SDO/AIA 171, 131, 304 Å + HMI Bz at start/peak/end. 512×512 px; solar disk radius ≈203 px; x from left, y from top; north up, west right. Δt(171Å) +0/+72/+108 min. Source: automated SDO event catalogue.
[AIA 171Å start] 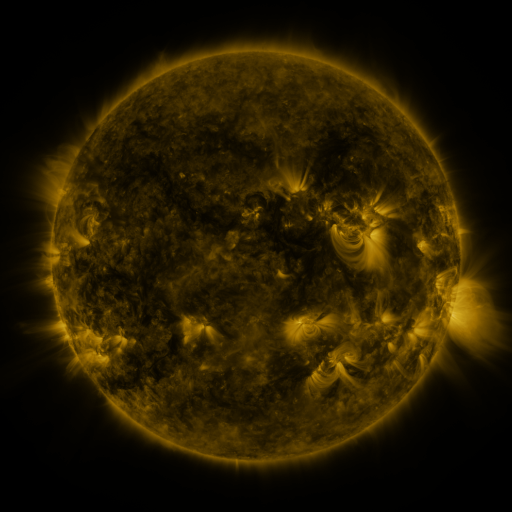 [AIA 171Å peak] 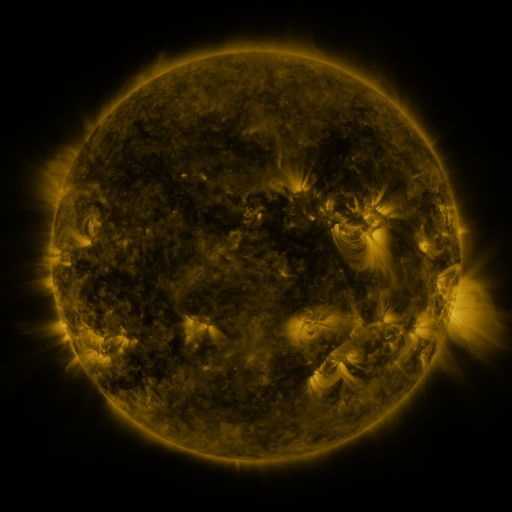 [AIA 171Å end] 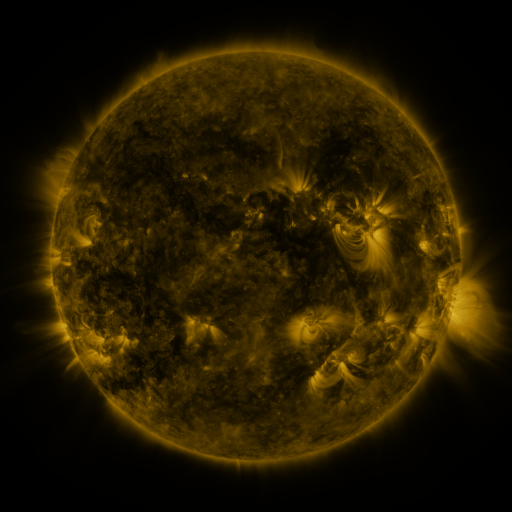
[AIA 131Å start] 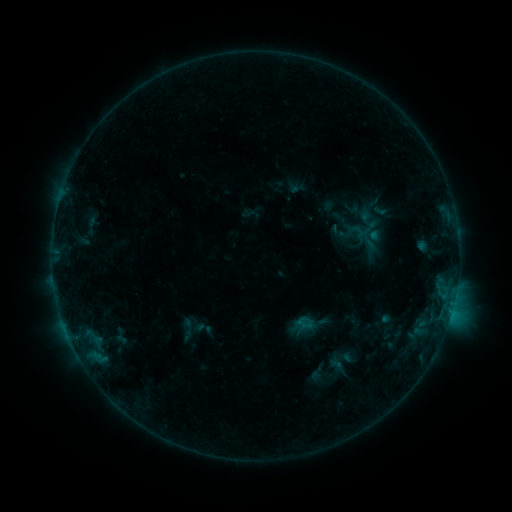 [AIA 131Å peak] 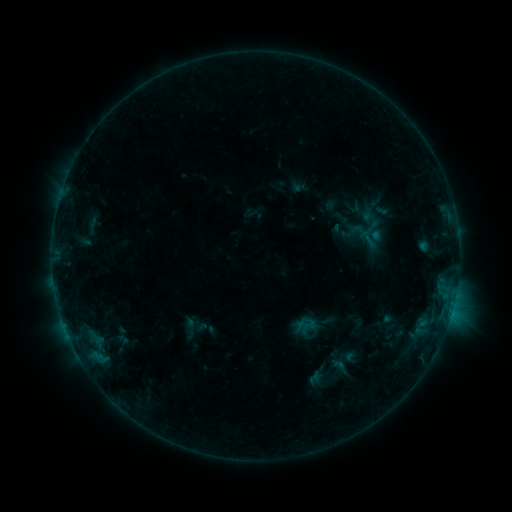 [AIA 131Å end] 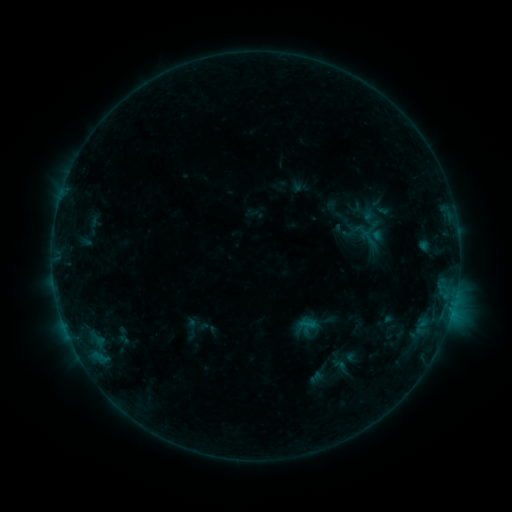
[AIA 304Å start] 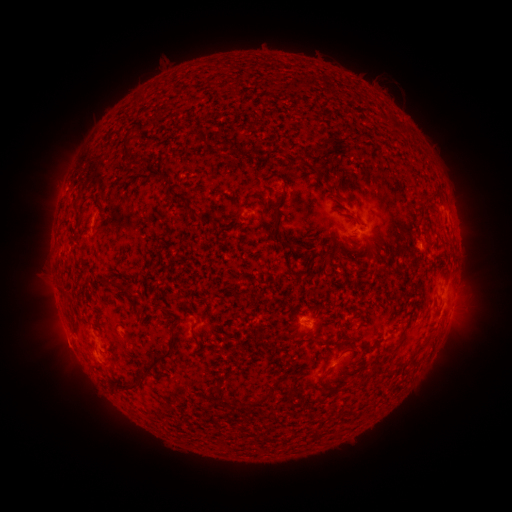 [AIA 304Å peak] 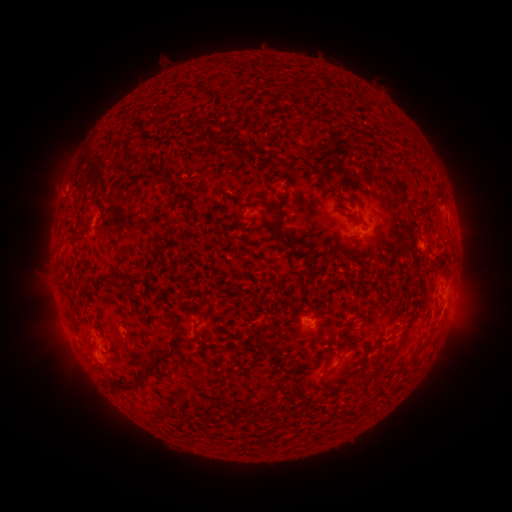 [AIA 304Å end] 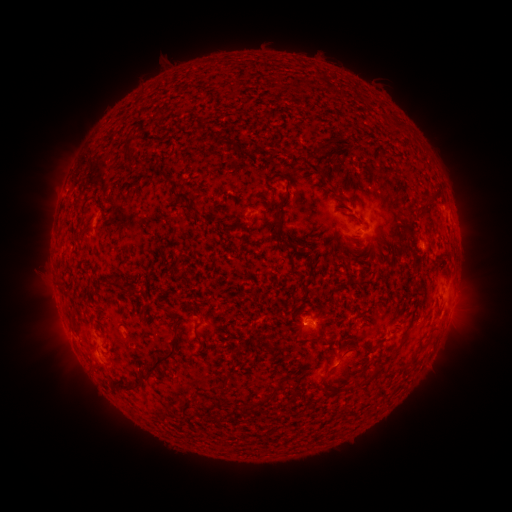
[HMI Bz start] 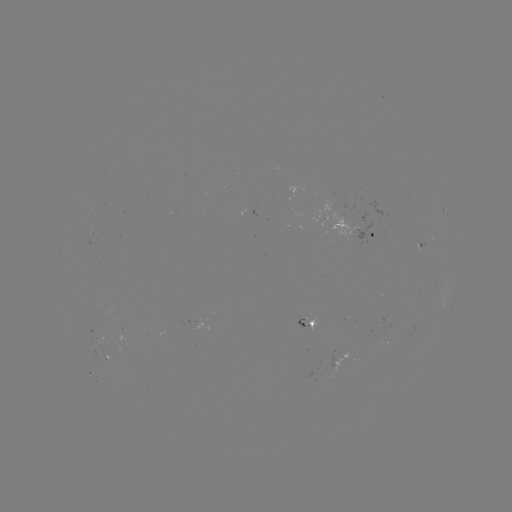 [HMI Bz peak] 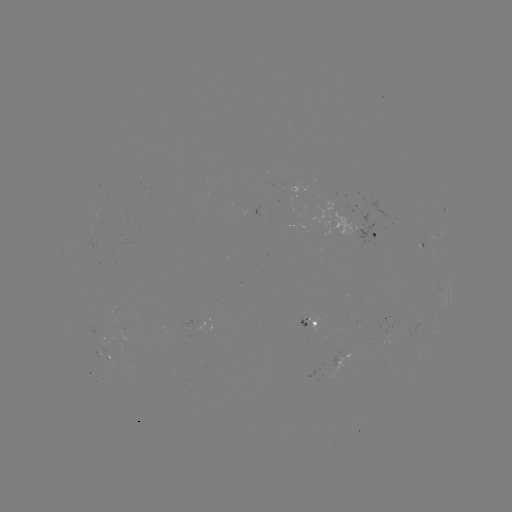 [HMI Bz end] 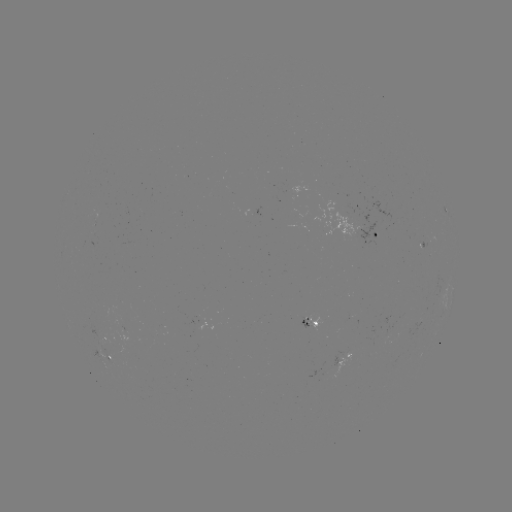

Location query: emerging-flux region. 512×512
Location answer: (426, 246).